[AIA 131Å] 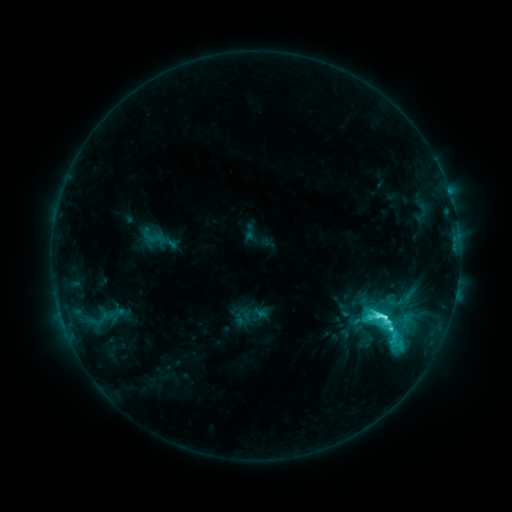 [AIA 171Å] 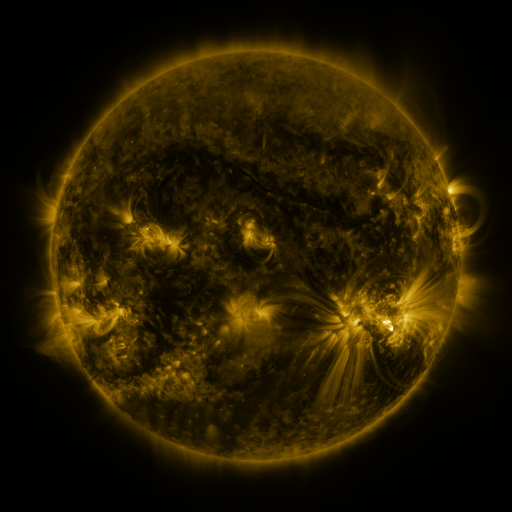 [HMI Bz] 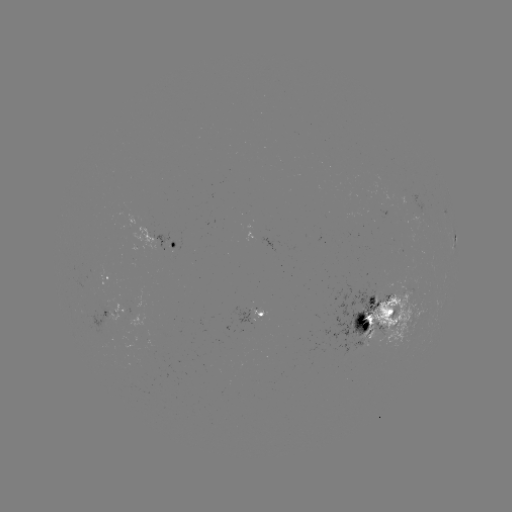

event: sigmoid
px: (388, 331)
